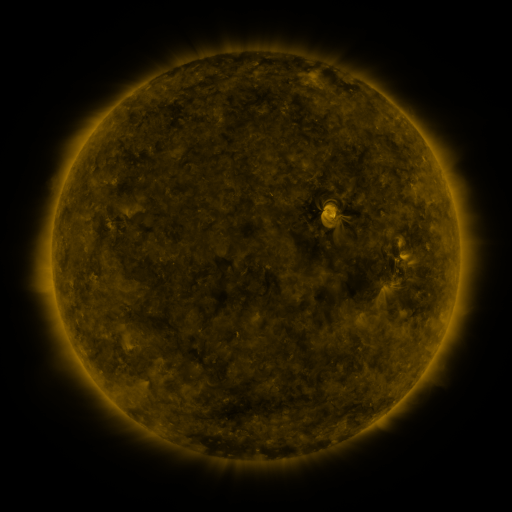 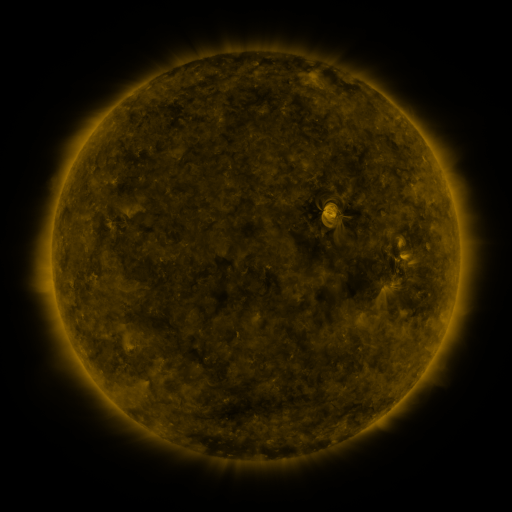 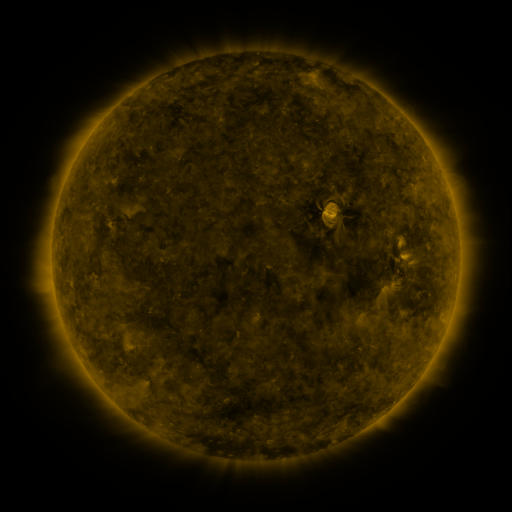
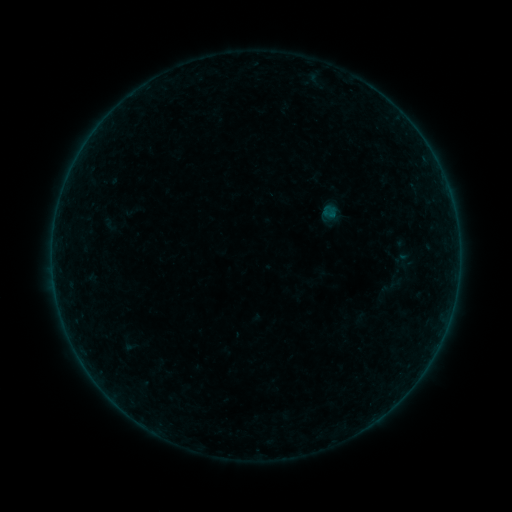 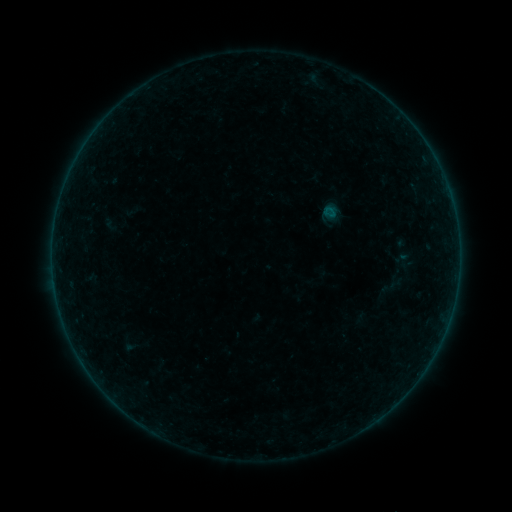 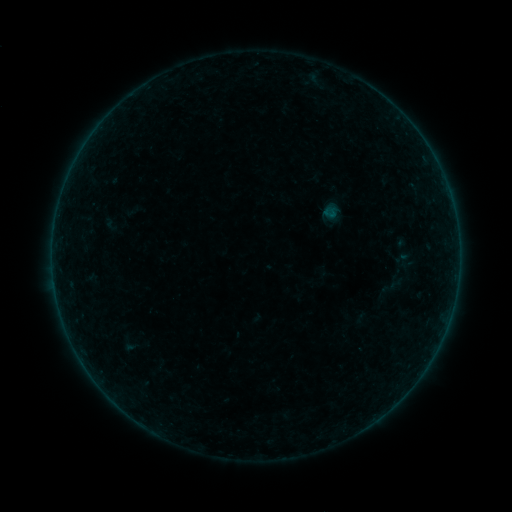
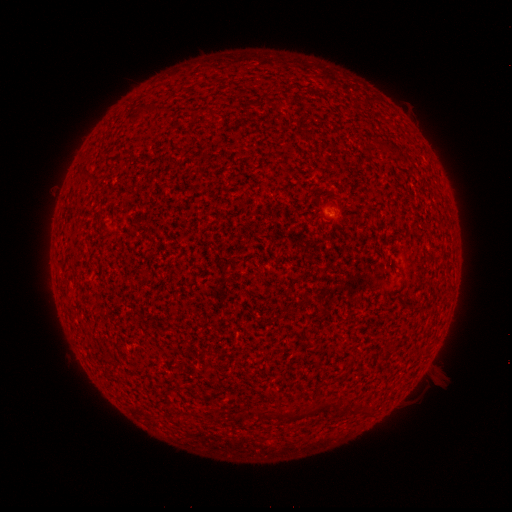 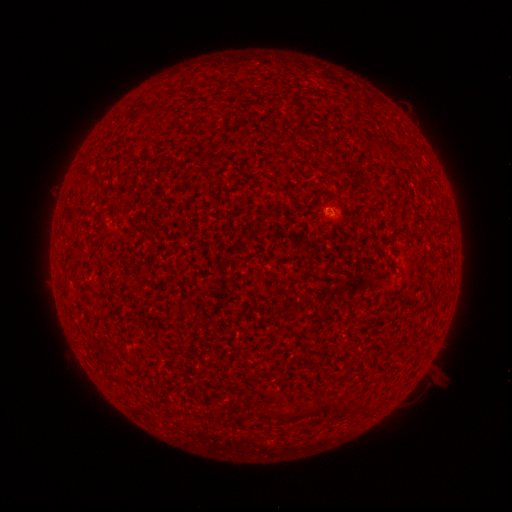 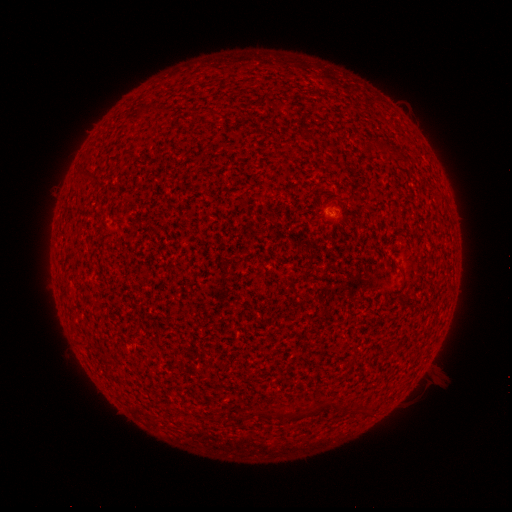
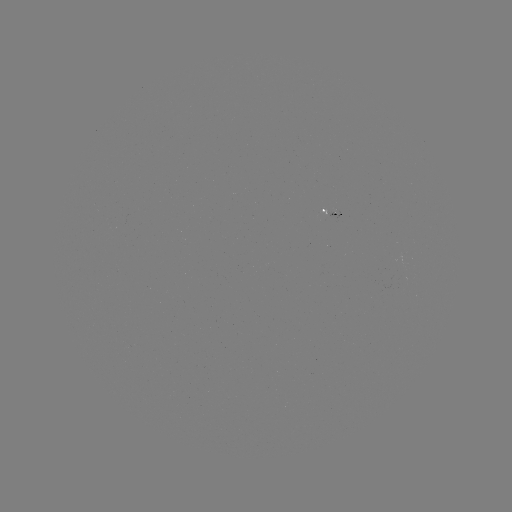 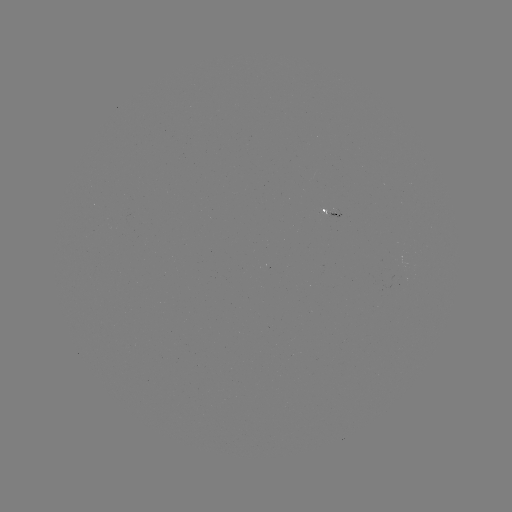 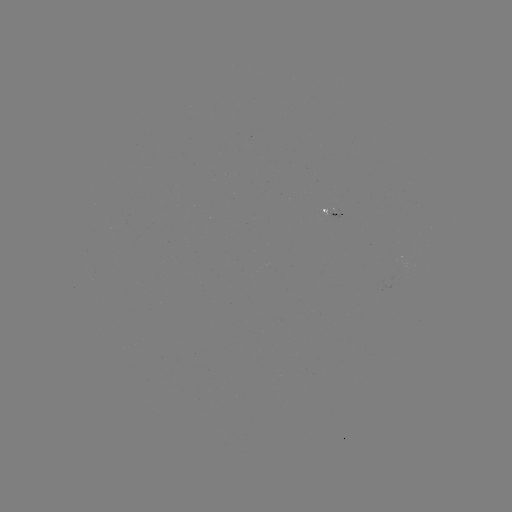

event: flare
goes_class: A4.1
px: (328, 210)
